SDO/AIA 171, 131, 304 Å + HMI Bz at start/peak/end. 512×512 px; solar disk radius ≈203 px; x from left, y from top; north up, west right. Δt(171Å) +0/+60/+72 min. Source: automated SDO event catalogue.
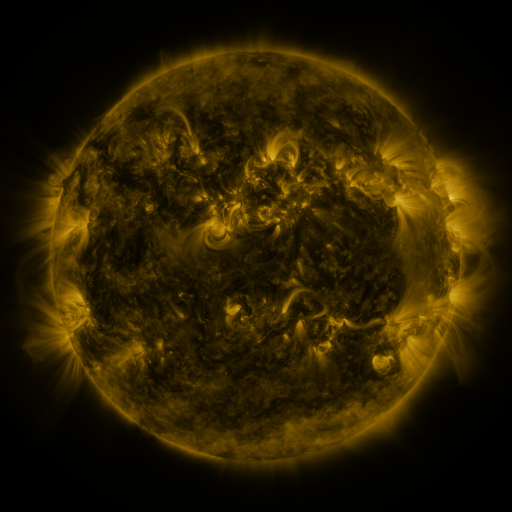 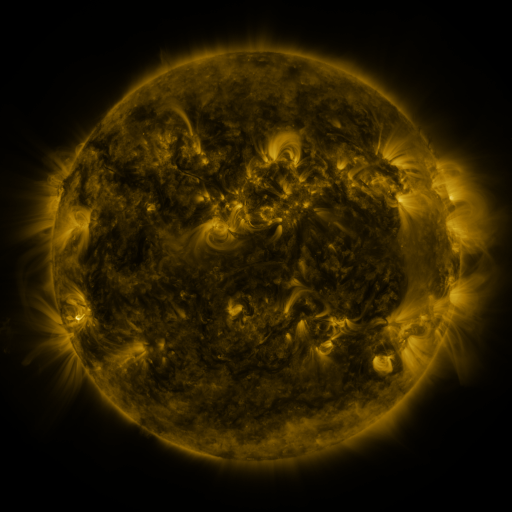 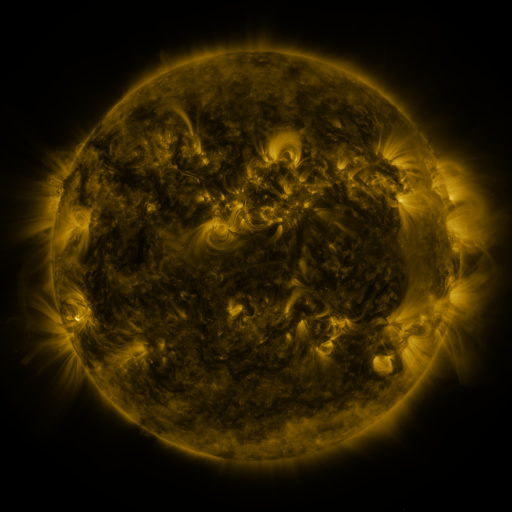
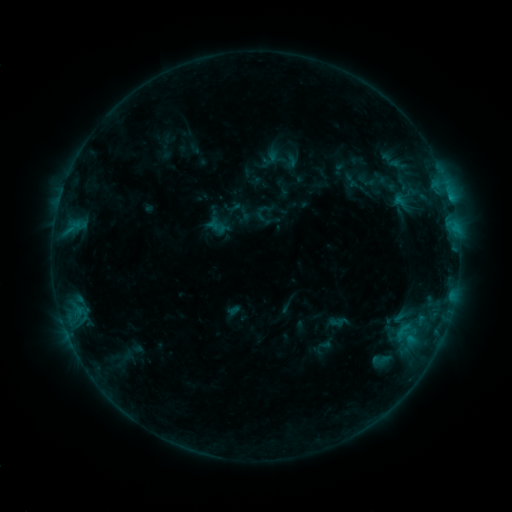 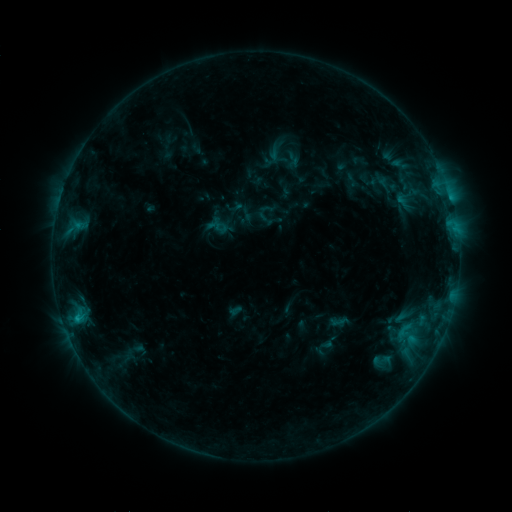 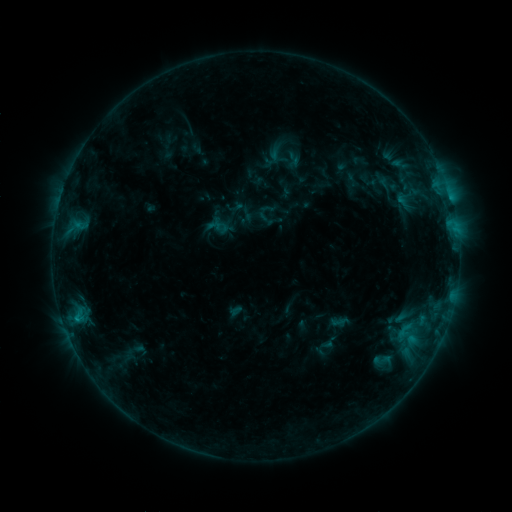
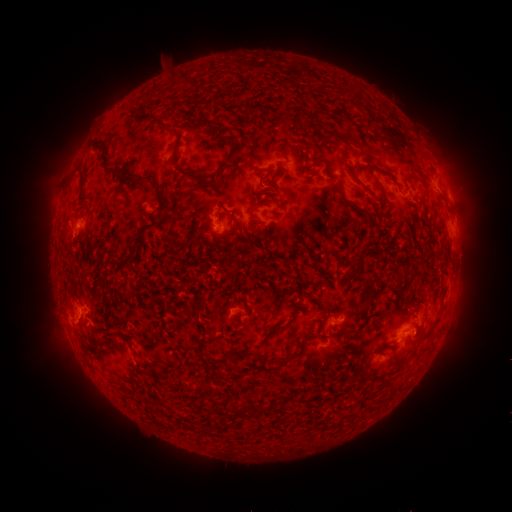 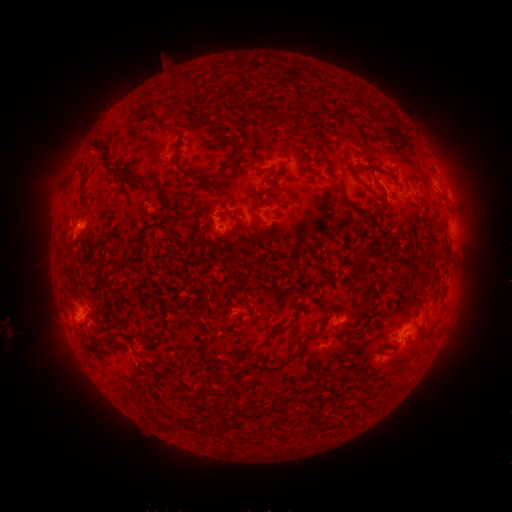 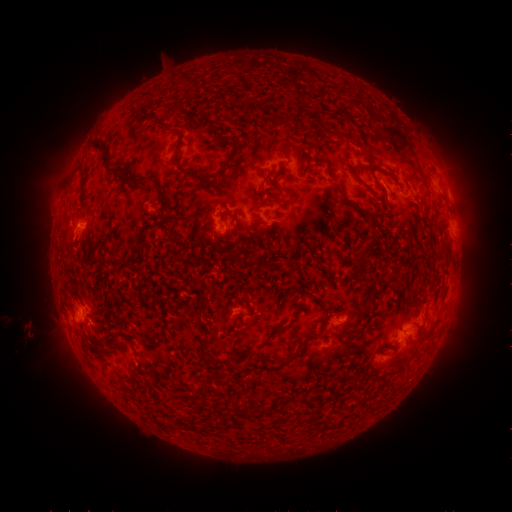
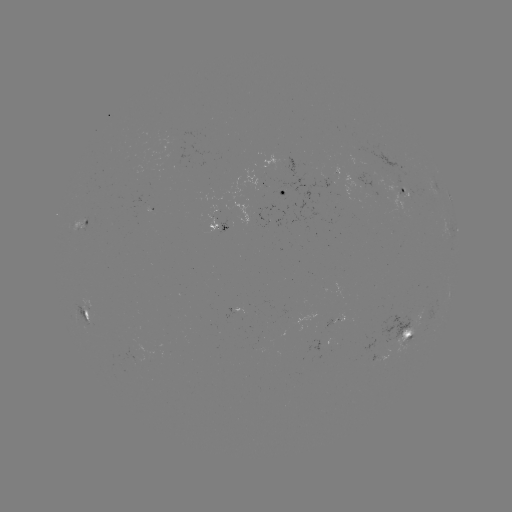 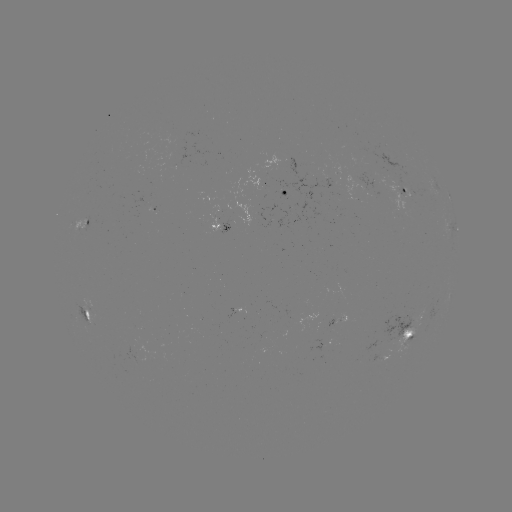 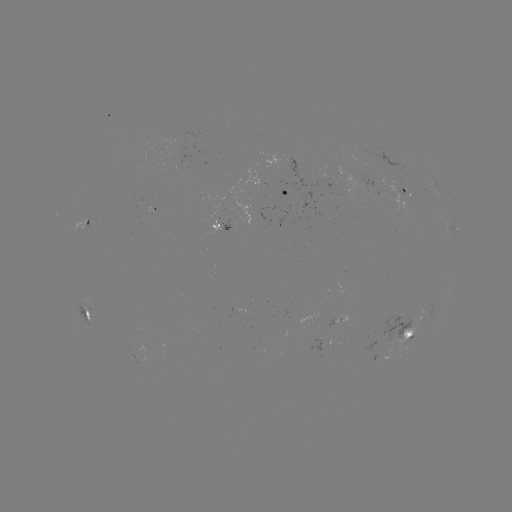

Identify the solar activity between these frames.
emerging-flux region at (397, 334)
